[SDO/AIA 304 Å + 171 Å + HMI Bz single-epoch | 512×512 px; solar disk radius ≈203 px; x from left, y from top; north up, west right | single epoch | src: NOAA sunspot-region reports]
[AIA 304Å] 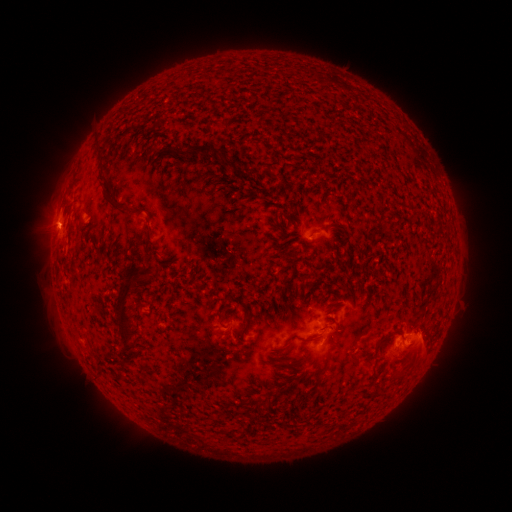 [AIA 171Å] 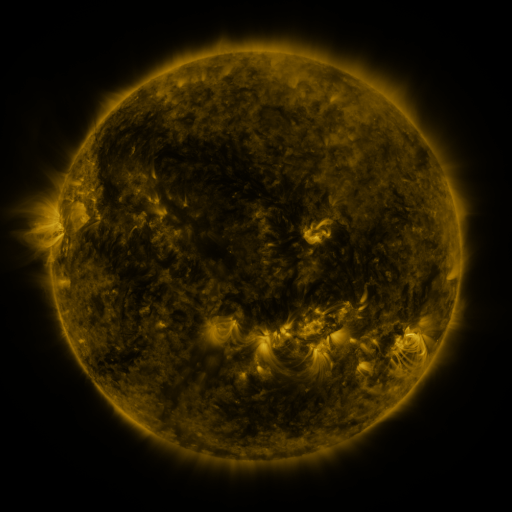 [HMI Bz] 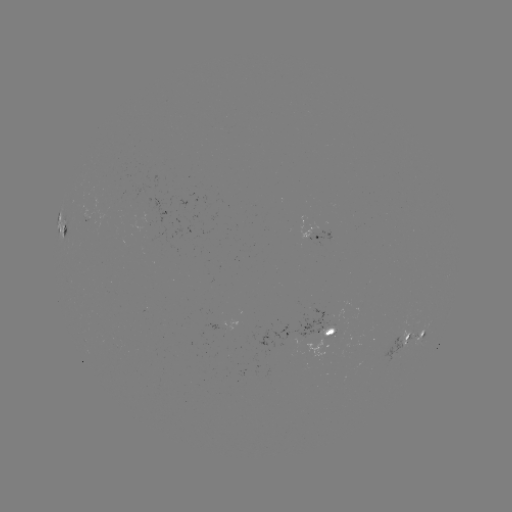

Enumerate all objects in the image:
spotted active region: (65, 232)
spotted active region: (320, 237)
spotted active region: (326, 331)
spotted active region: (415, 335)
